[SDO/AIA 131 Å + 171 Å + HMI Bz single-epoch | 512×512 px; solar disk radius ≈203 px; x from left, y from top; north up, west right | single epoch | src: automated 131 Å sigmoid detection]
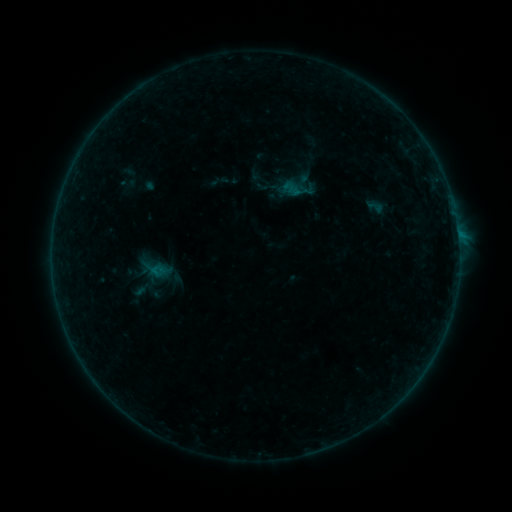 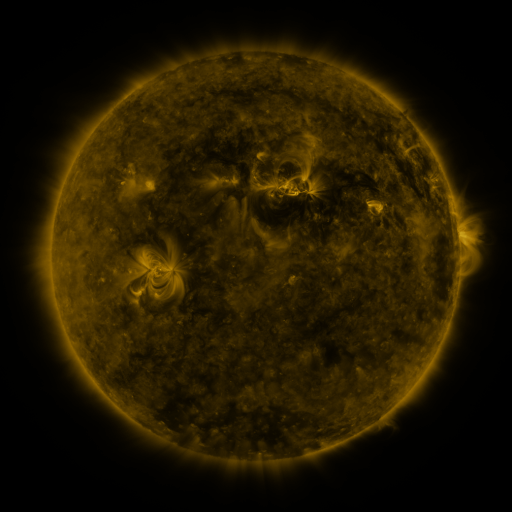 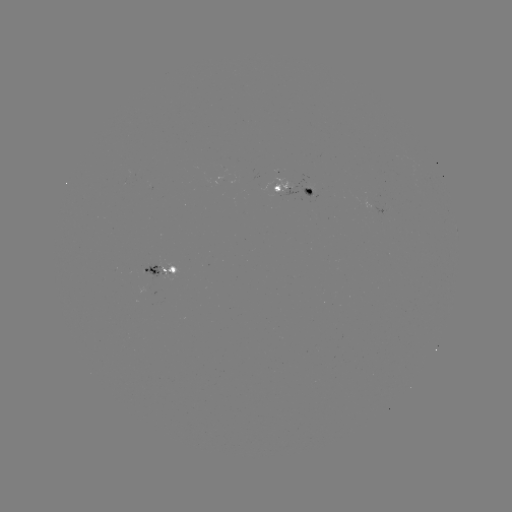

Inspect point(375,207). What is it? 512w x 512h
sigmoid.